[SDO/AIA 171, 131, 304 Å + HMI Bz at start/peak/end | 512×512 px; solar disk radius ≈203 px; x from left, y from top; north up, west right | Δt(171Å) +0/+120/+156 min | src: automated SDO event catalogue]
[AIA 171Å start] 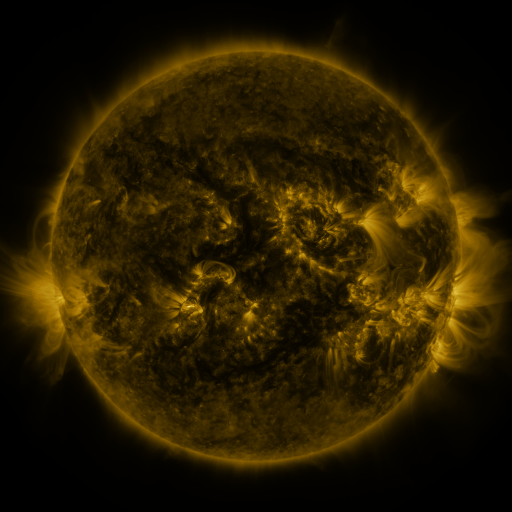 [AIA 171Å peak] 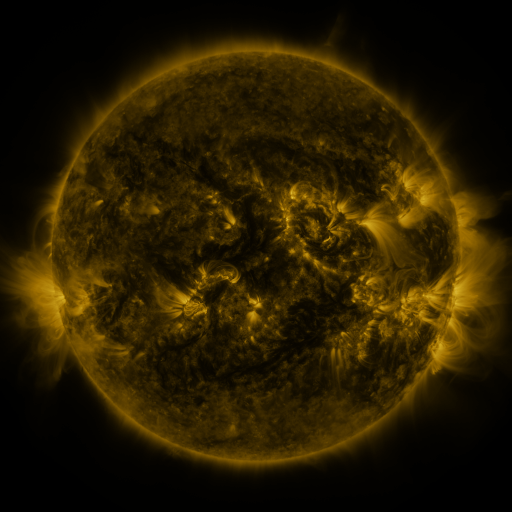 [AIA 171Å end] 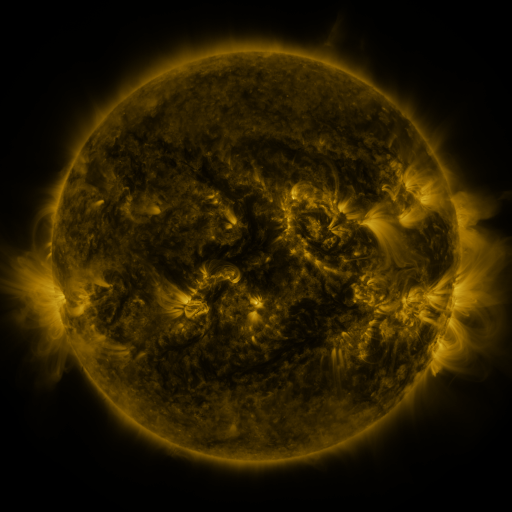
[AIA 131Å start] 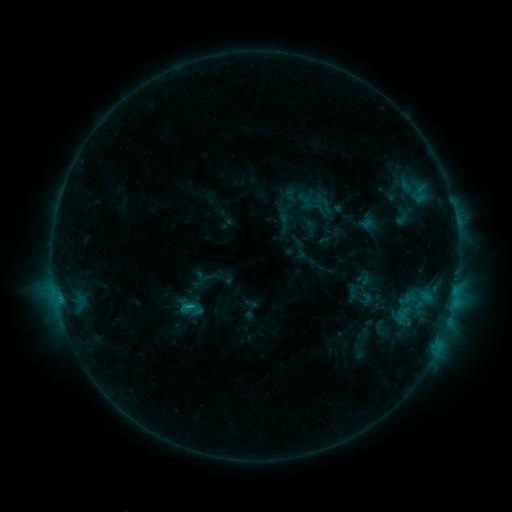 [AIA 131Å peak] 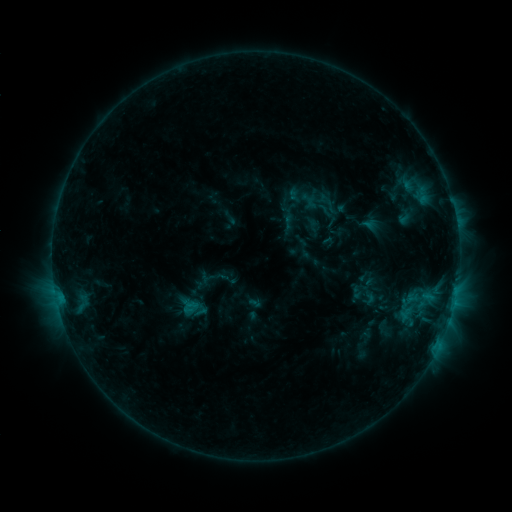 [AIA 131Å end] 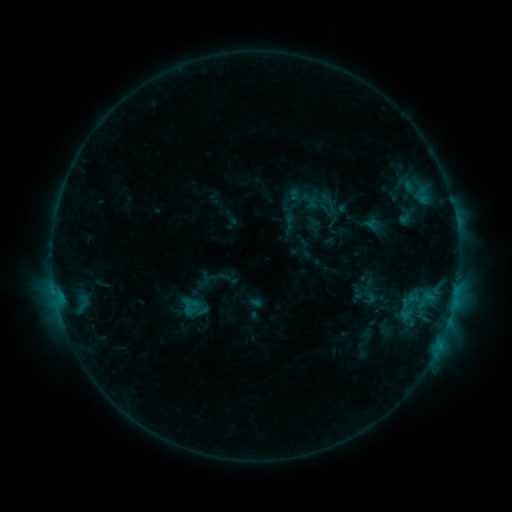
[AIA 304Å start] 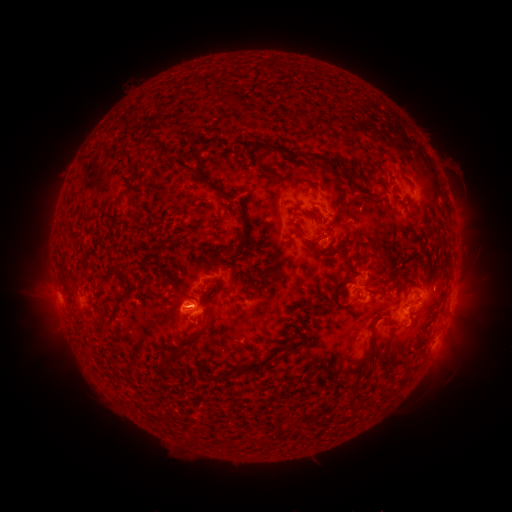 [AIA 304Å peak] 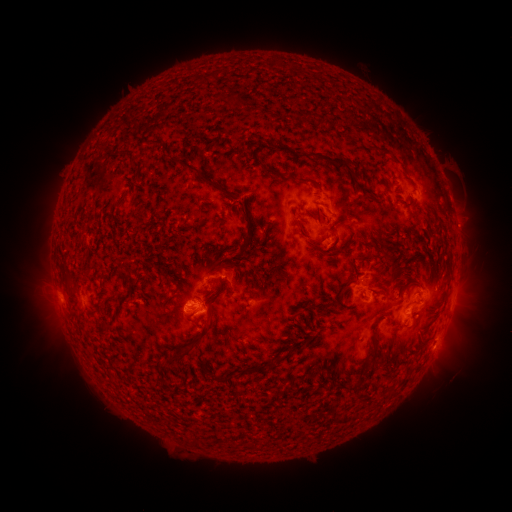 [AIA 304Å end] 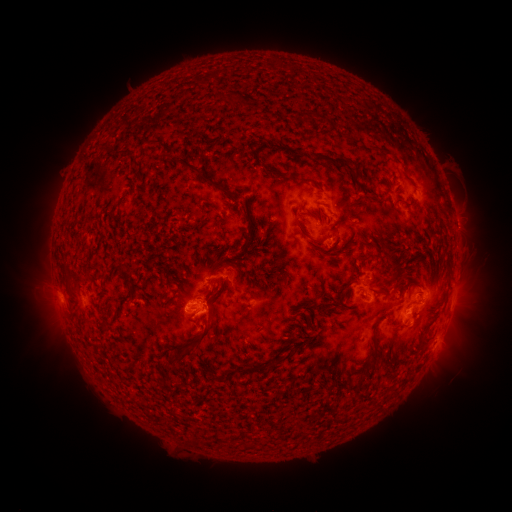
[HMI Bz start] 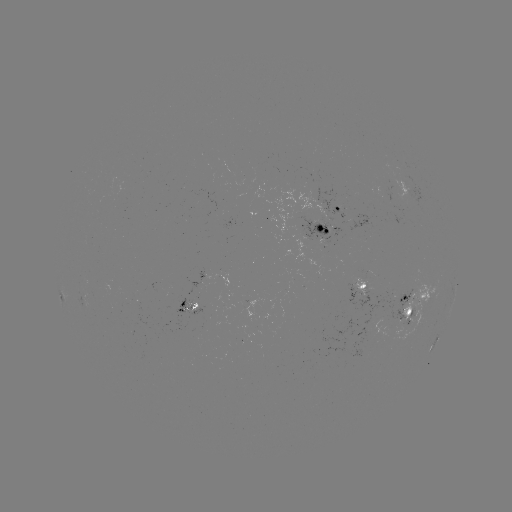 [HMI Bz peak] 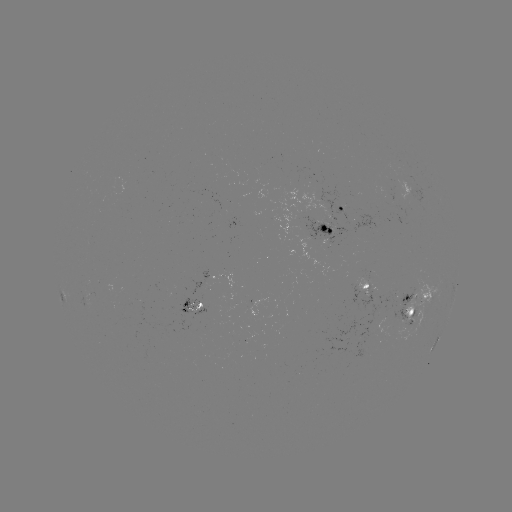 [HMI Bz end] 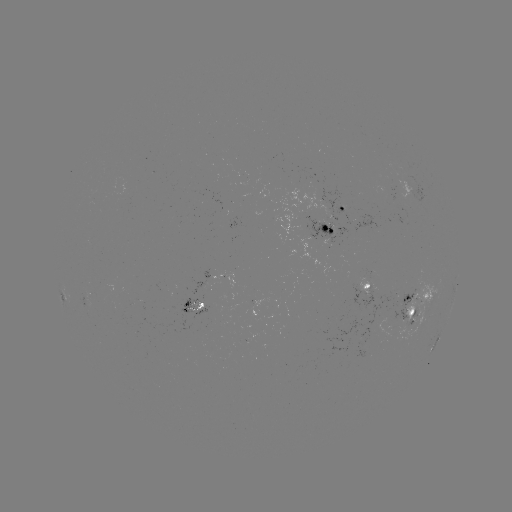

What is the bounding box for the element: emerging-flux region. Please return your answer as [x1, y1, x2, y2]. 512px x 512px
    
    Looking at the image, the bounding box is [215, 270, 233, 289].